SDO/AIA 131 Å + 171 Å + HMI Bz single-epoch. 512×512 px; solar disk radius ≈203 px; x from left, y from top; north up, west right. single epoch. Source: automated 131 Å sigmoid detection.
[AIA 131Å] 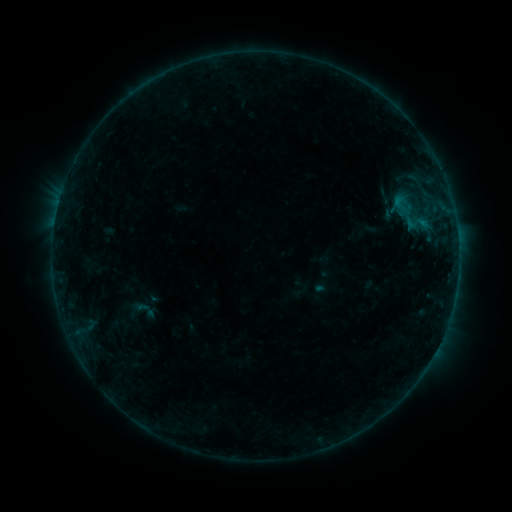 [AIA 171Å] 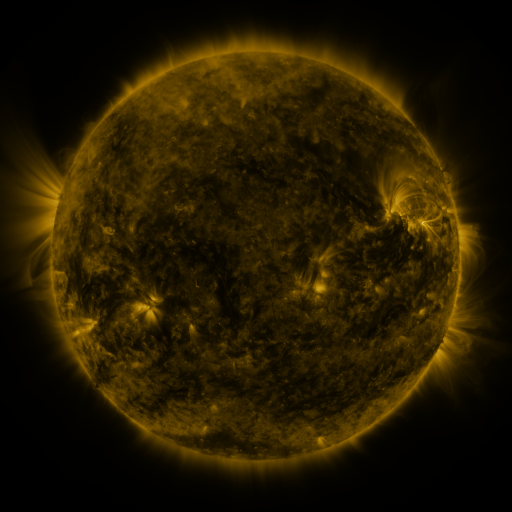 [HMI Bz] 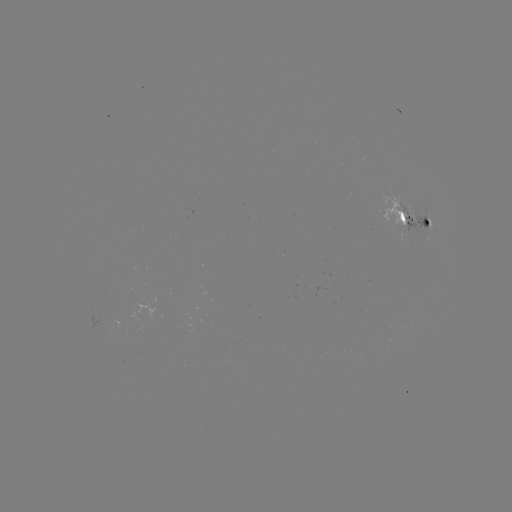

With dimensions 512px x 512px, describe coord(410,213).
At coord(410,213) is sigmoid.